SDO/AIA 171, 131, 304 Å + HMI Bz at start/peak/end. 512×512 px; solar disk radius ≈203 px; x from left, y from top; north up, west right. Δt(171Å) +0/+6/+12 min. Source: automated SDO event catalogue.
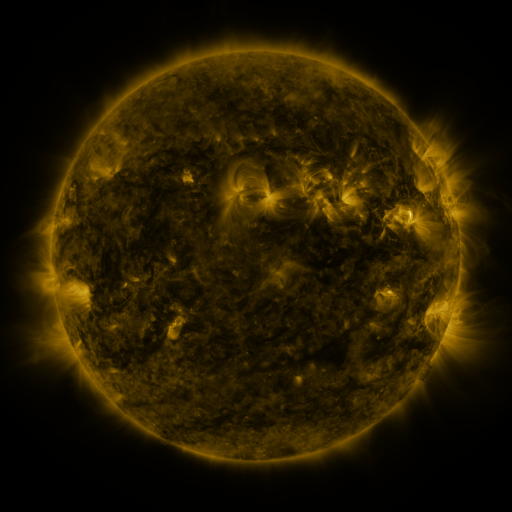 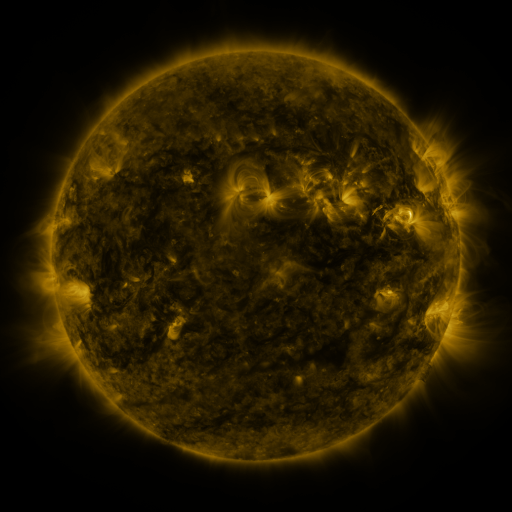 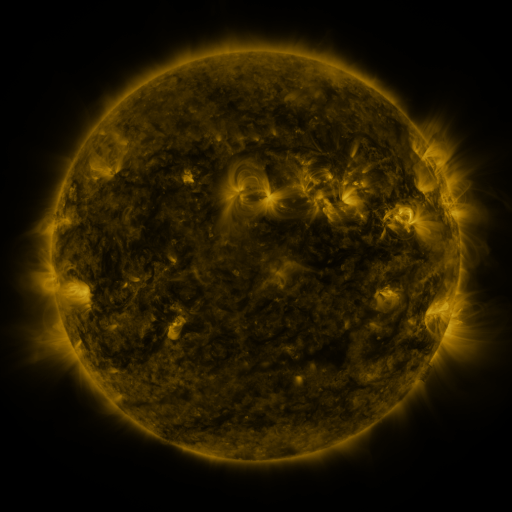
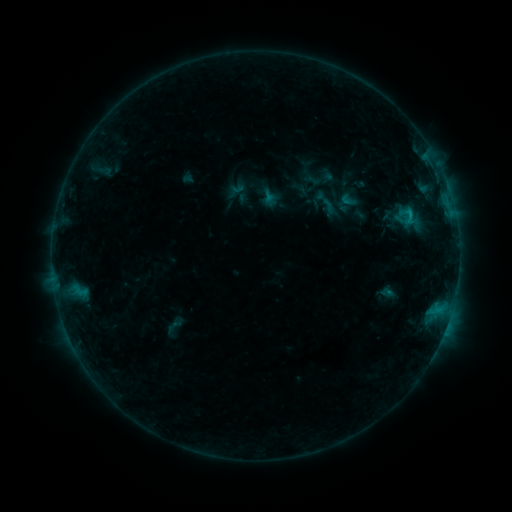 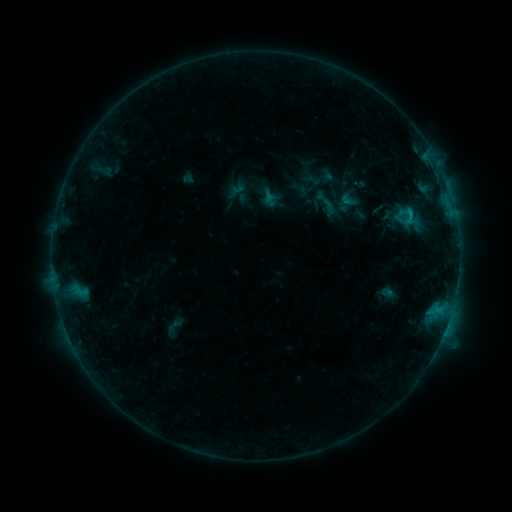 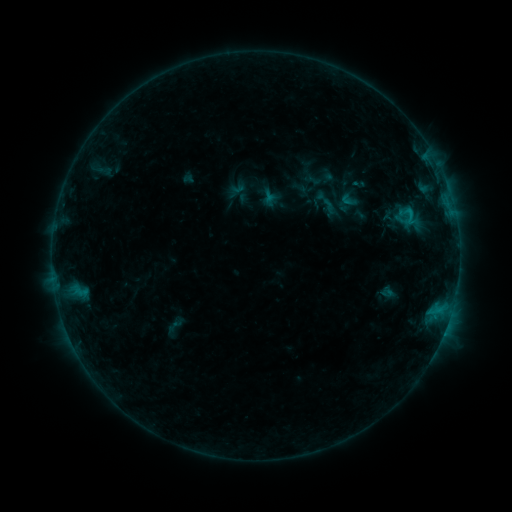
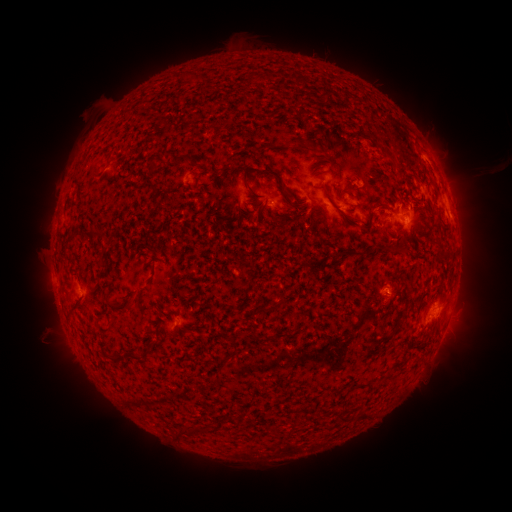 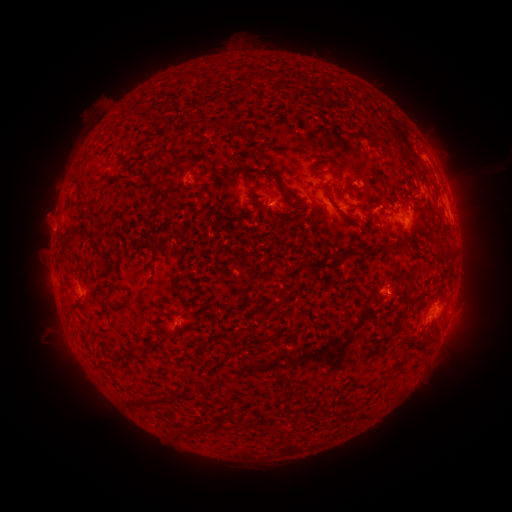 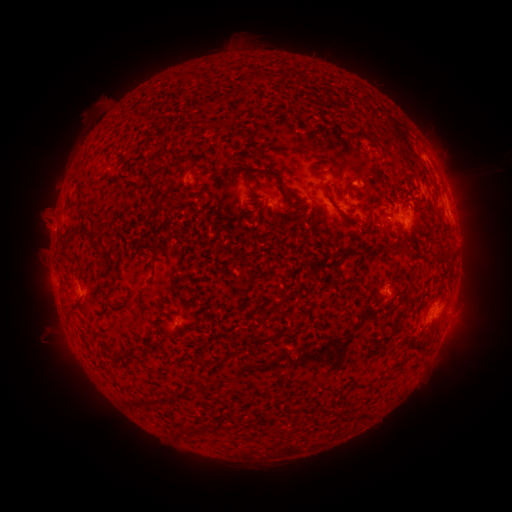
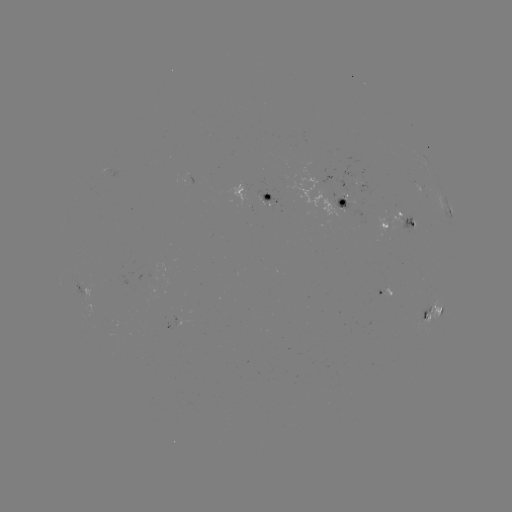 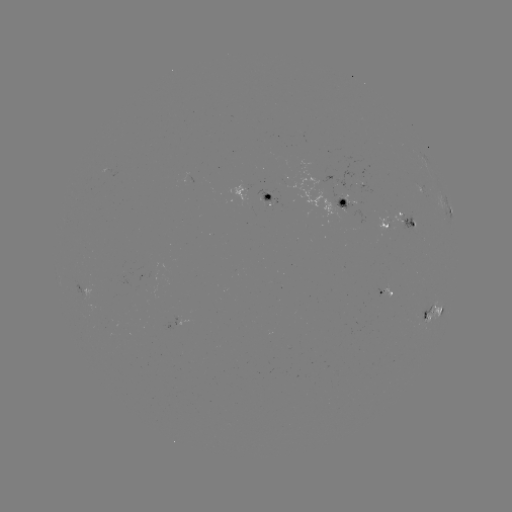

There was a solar eruption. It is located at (48, 216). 